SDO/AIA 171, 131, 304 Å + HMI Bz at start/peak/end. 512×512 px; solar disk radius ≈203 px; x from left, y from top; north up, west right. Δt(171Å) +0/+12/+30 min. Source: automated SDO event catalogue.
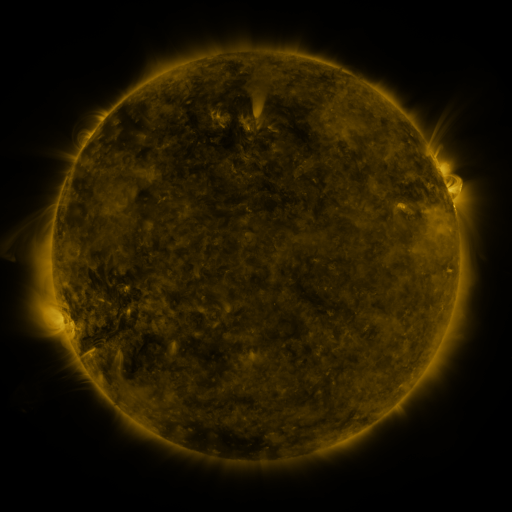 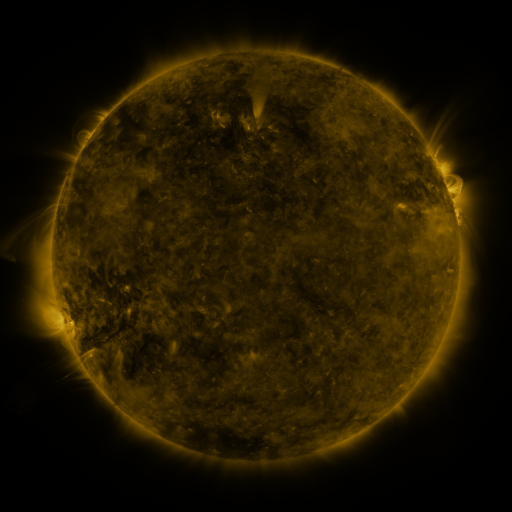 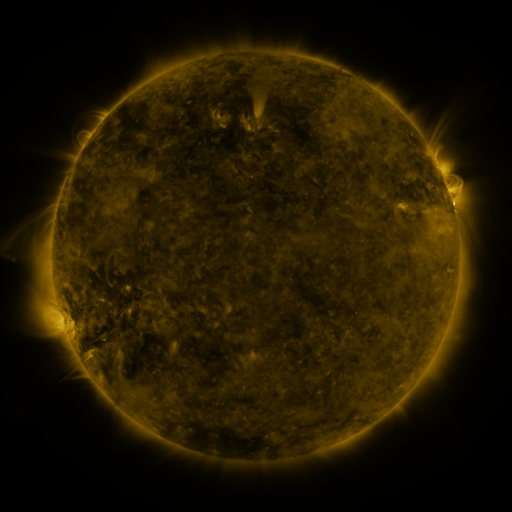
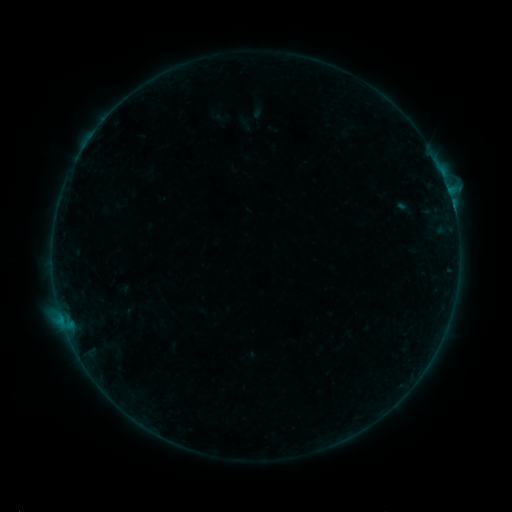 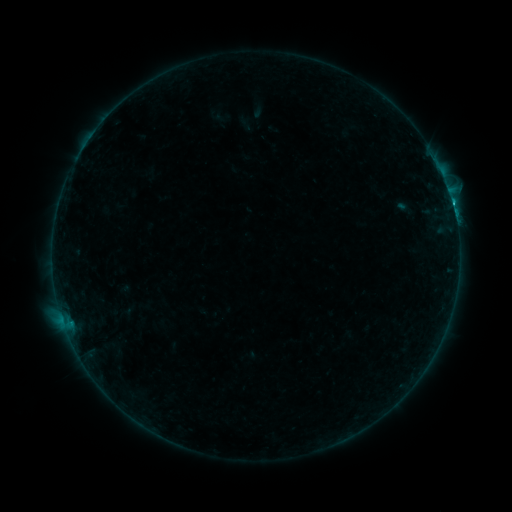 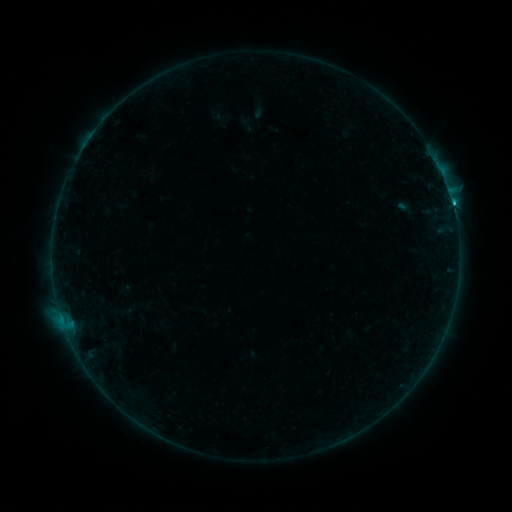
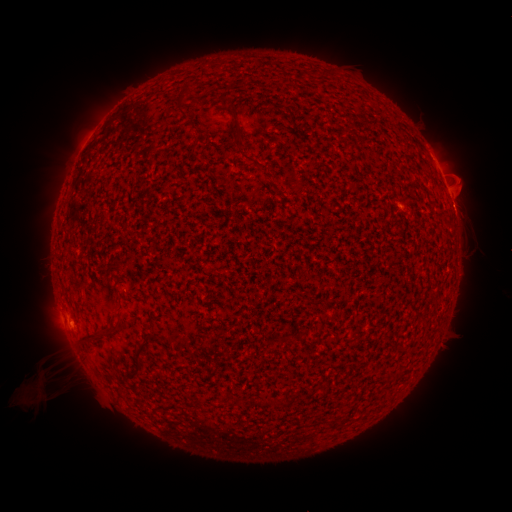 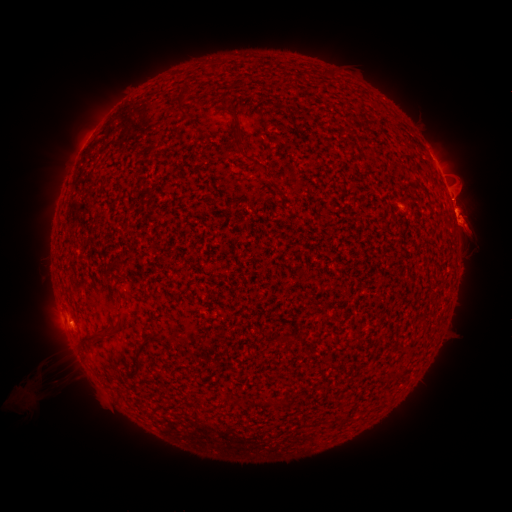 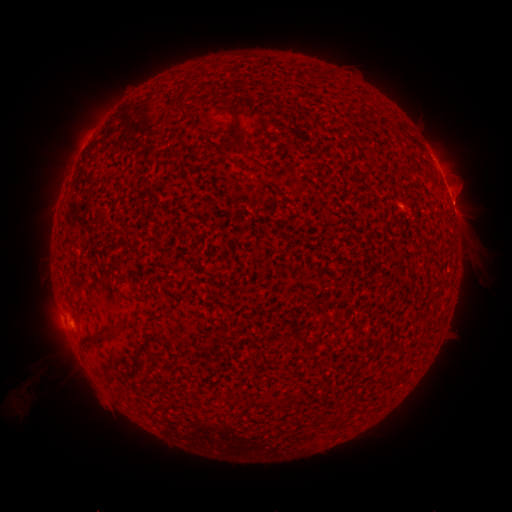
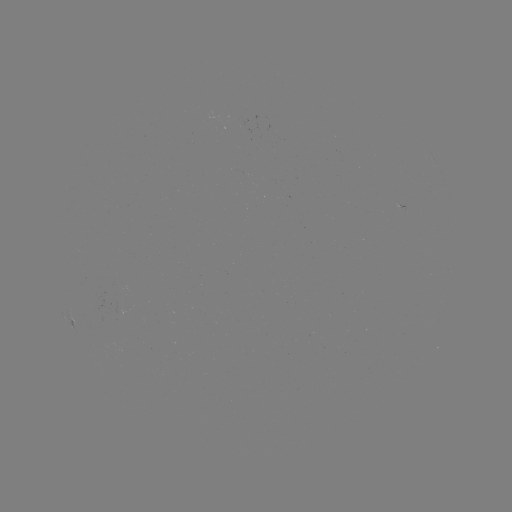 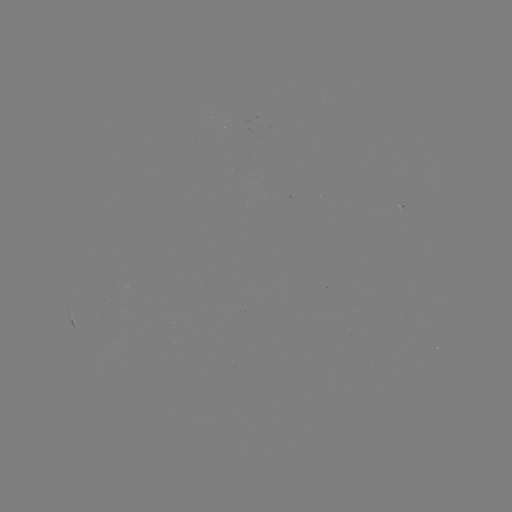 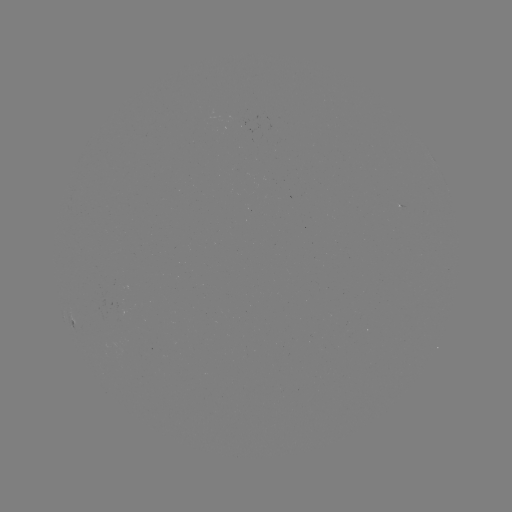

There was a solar eruption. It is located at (468, 221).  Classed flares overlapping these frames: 2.